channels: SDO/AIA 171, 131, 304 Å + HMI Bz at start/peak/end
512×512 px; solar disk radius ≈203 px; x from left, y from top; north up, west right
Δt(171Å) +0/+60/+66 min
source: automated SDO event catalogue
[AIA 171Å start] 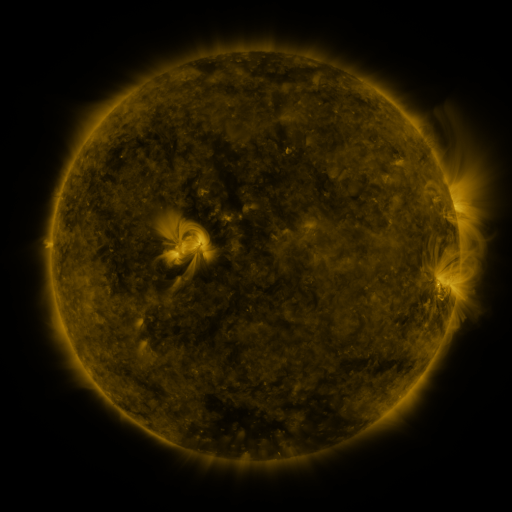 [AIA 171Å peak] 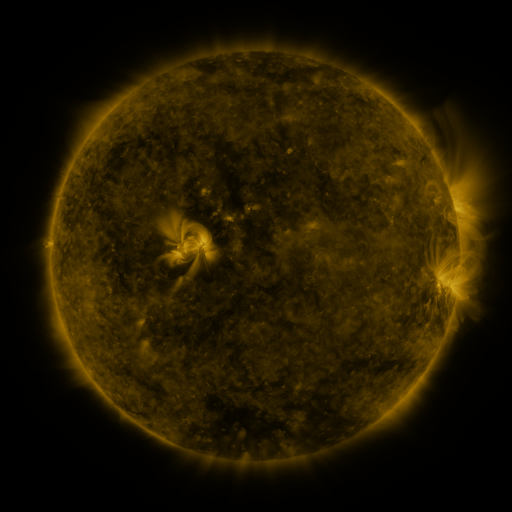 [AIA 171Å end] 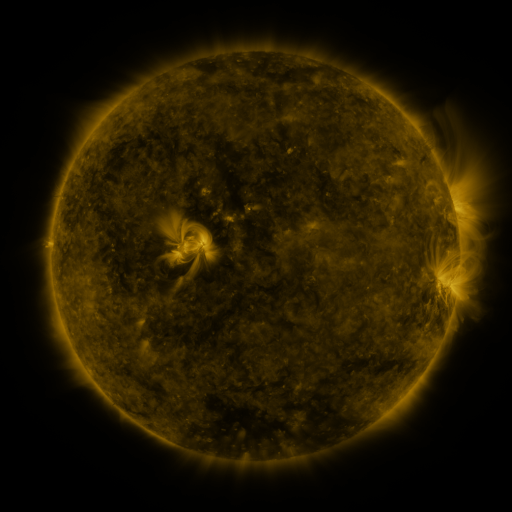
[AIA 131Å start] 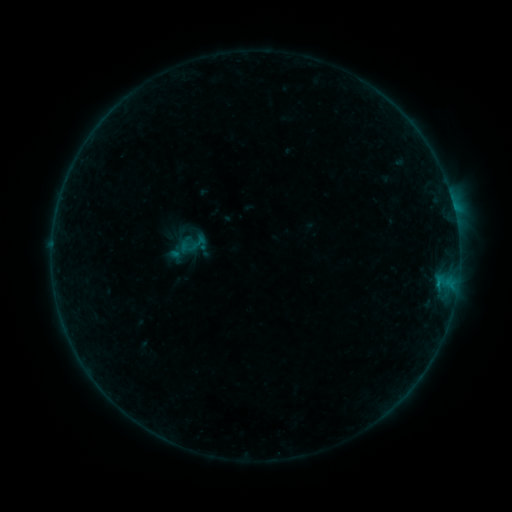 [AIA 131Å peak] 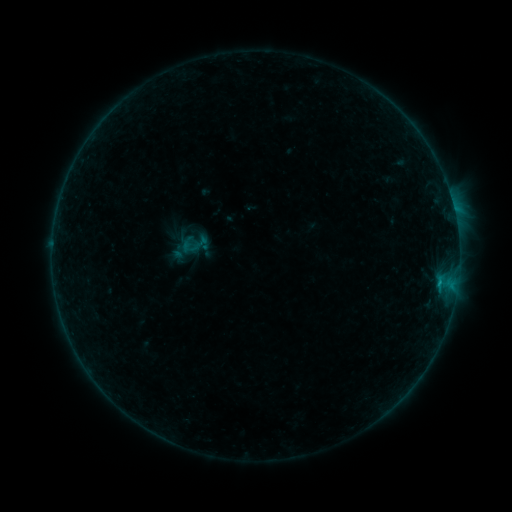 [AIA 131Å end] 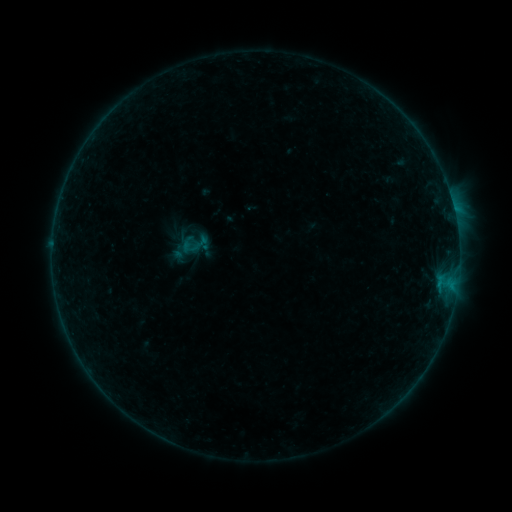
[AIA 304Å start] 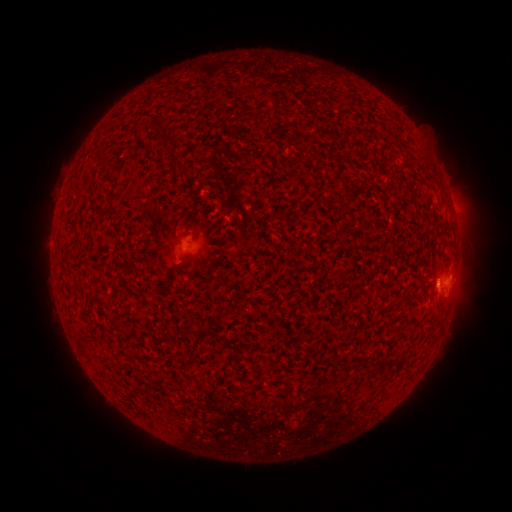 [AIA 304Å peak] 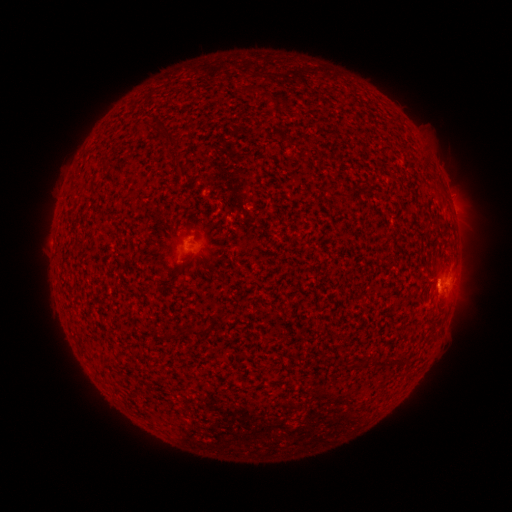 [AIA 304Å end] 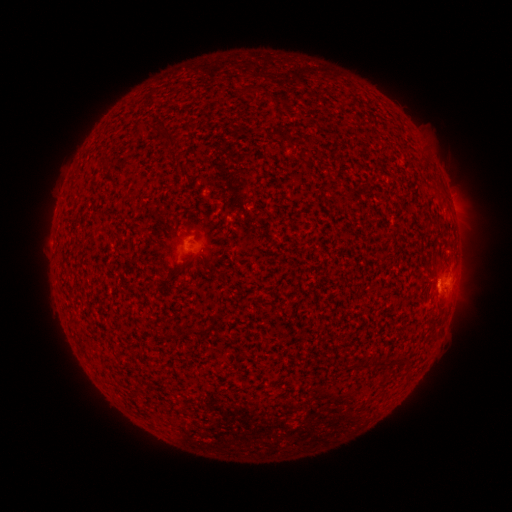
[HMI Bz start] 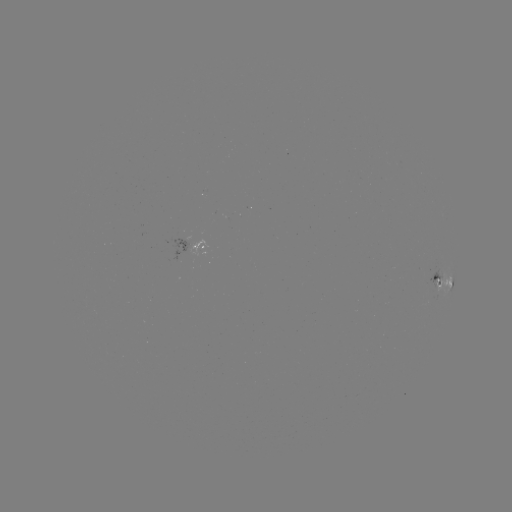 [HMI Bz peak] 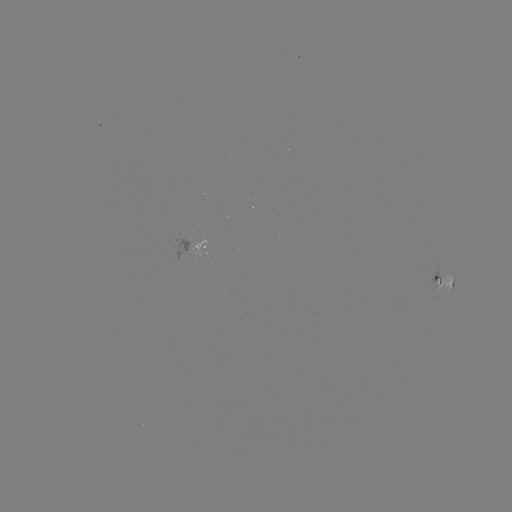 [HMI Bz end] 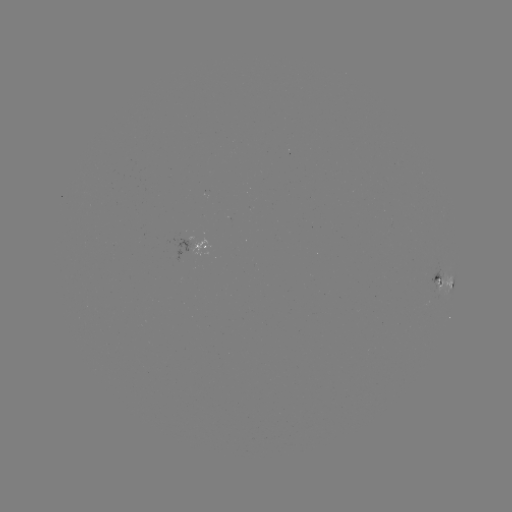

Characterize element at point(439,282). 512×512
B4.0 flare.